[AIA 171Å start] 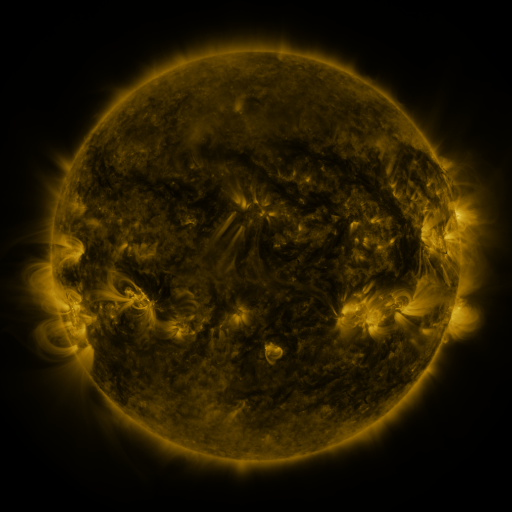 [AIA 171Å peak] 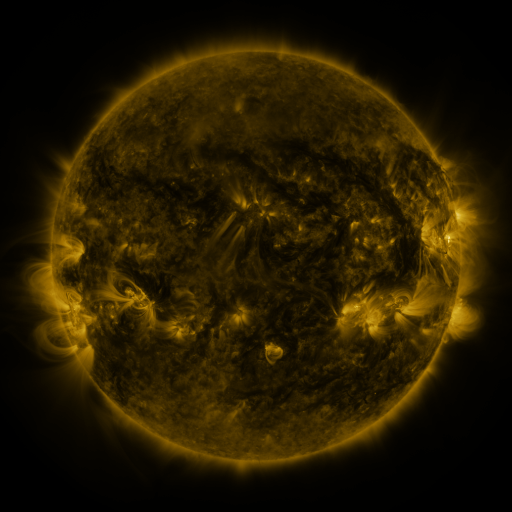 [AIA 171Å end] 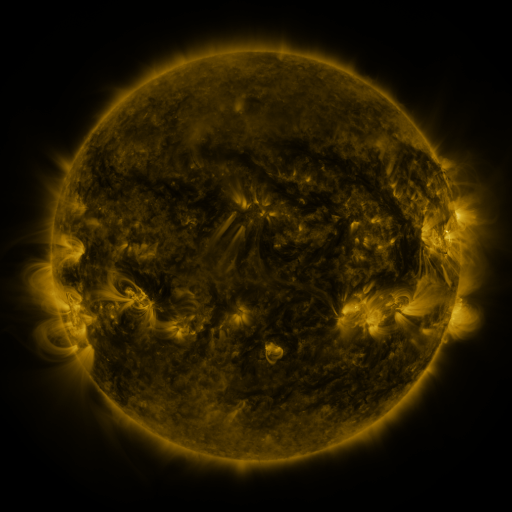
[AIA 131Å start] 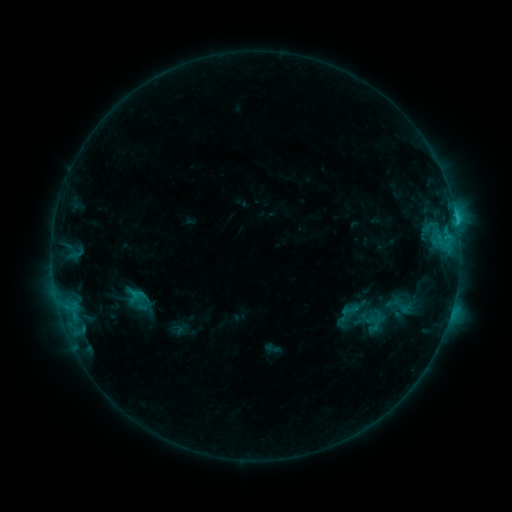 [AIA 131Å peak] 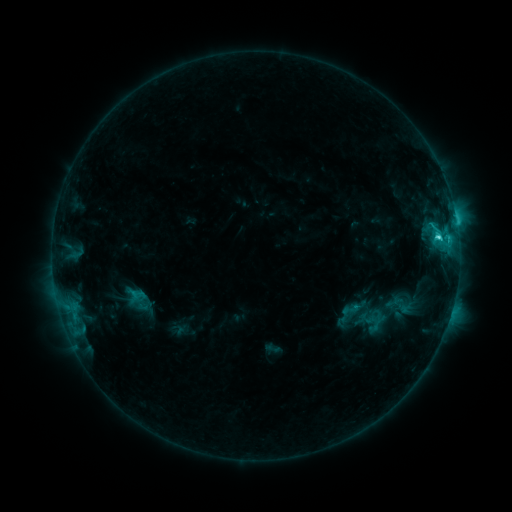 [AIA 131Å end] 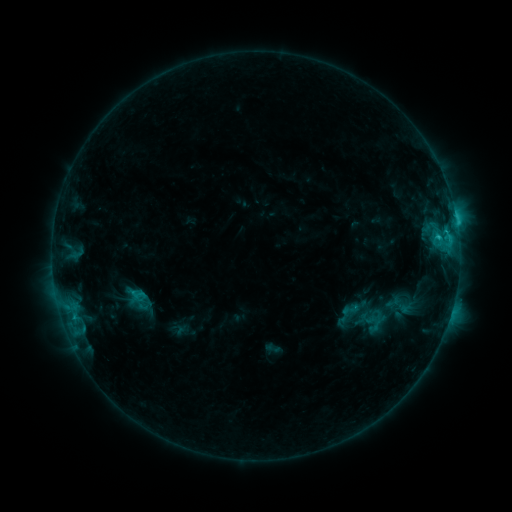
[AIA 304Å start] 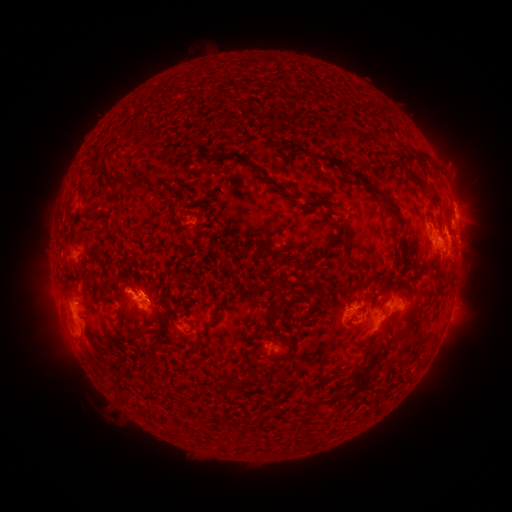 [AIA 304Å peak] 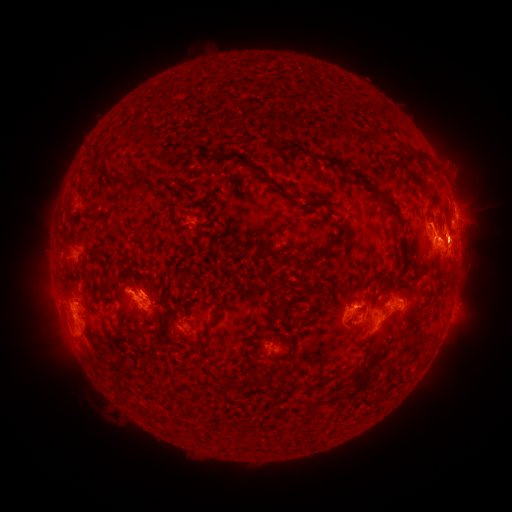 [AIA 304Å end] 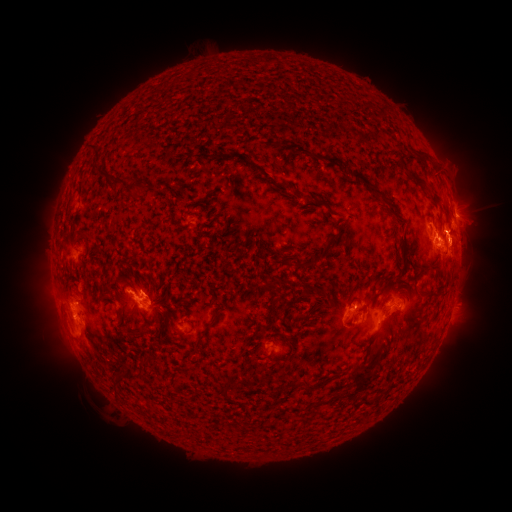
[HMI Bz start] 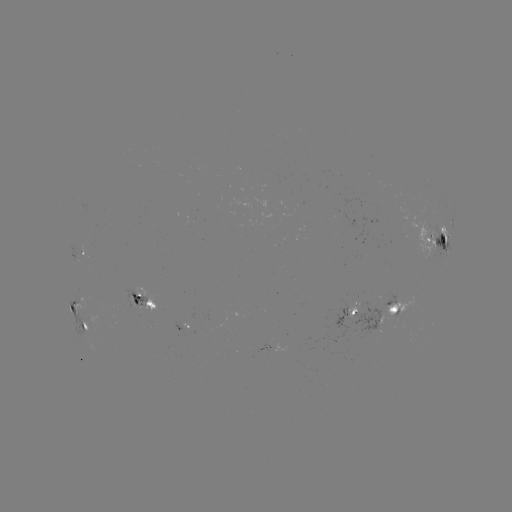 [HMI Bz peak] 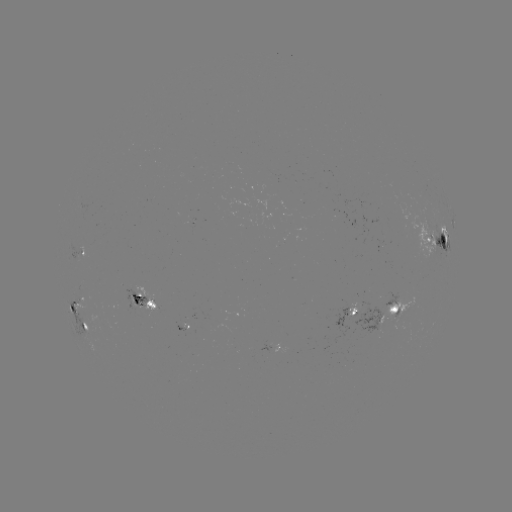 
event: flare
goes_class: C3.5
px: (436, 238)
